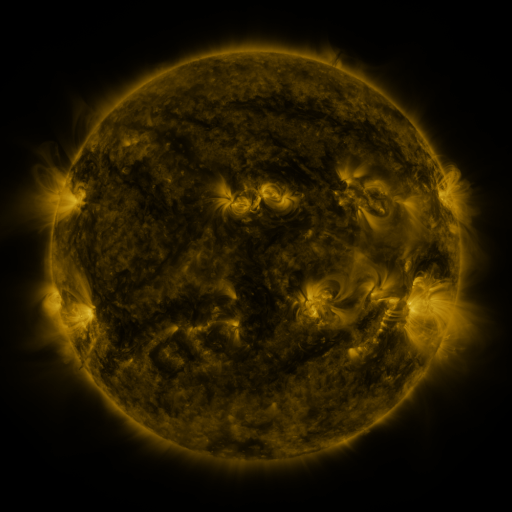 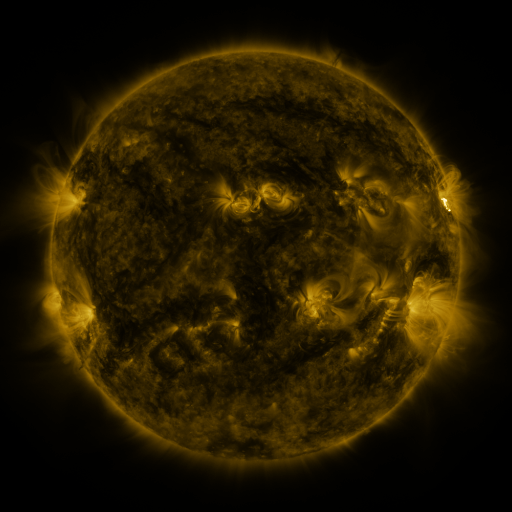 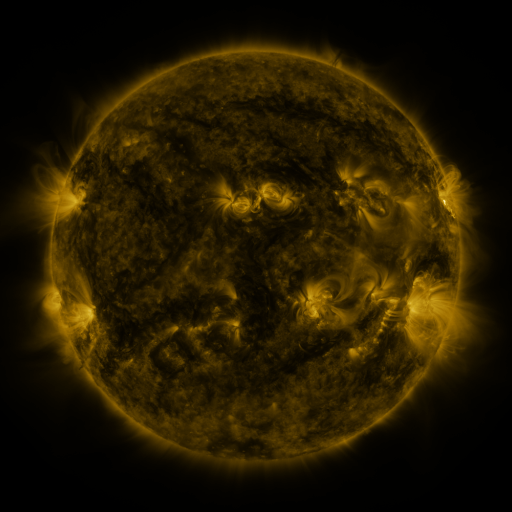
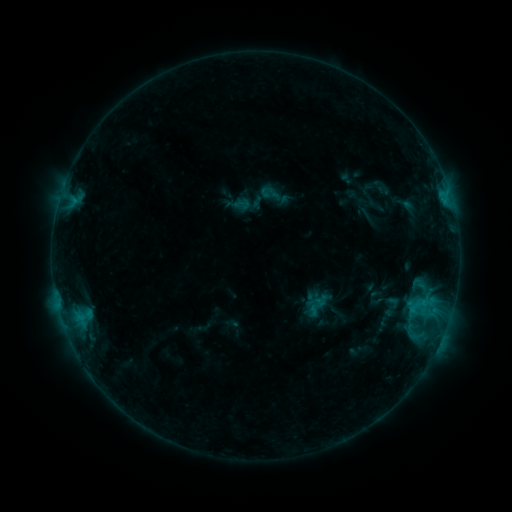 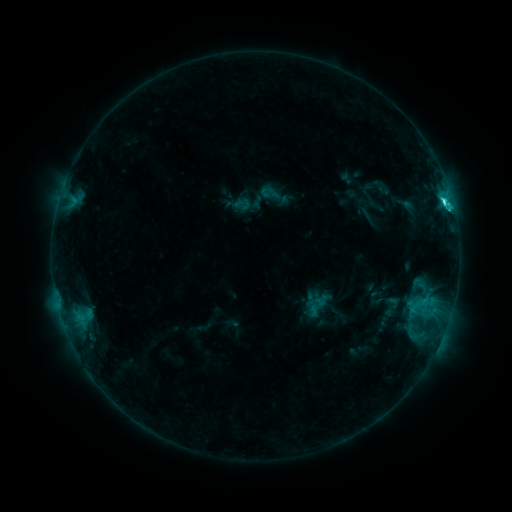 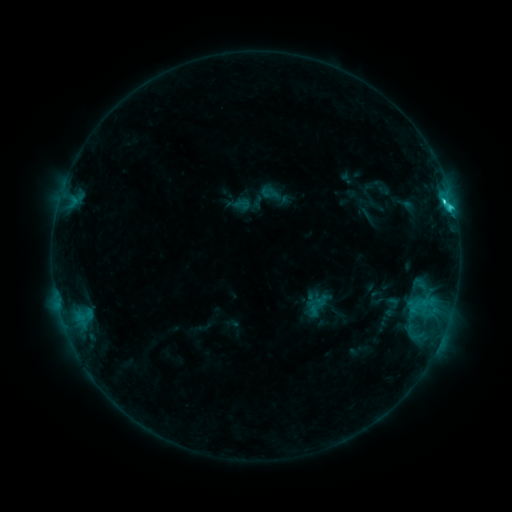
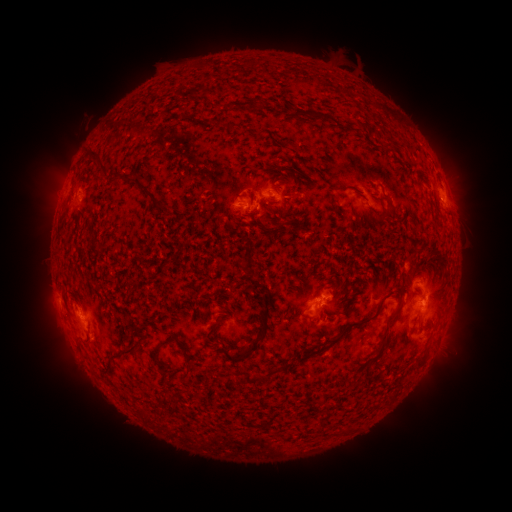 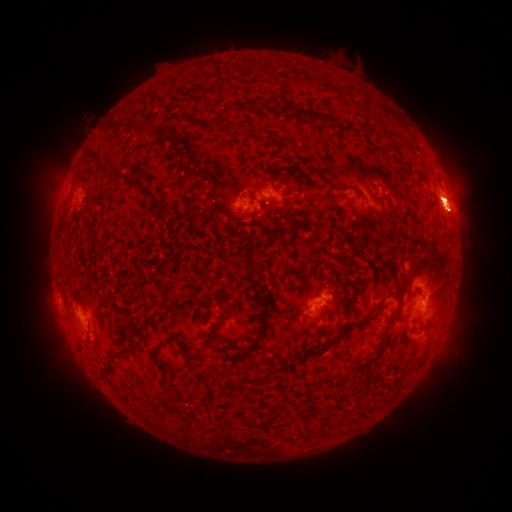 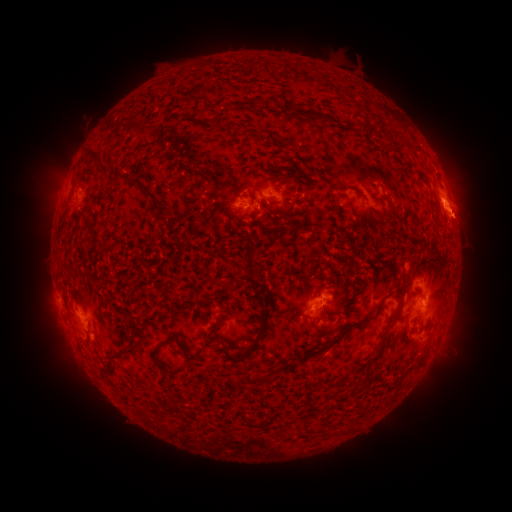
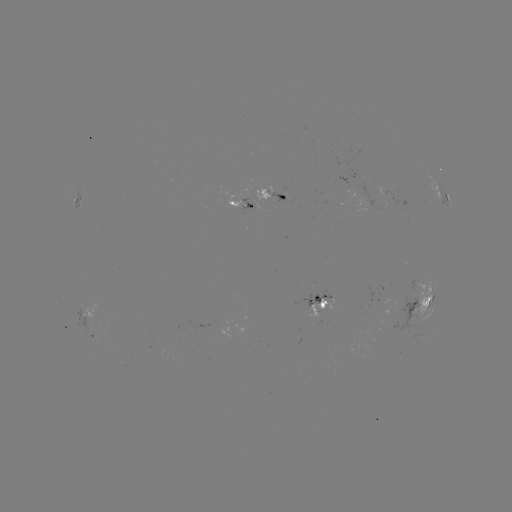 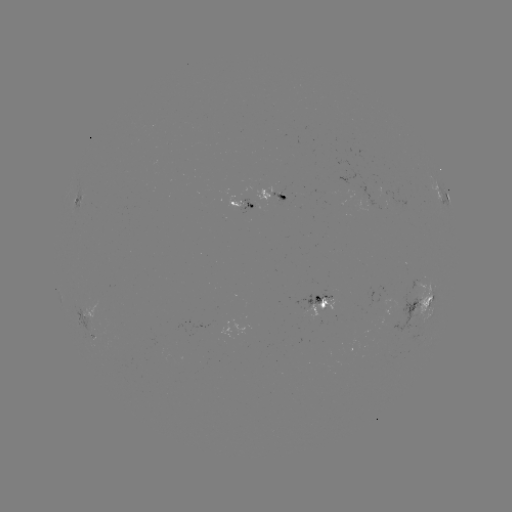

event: flare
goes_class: C3.7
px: (443, 201)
